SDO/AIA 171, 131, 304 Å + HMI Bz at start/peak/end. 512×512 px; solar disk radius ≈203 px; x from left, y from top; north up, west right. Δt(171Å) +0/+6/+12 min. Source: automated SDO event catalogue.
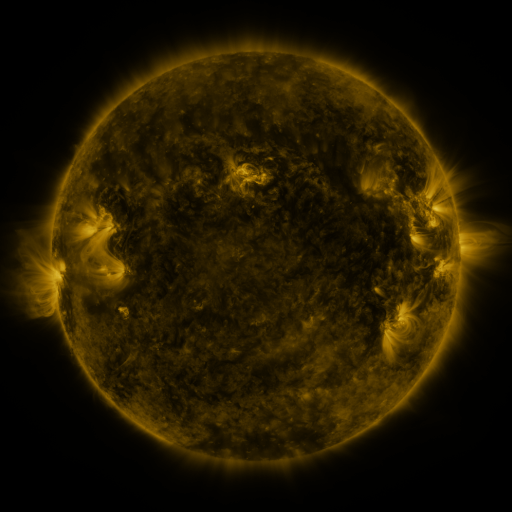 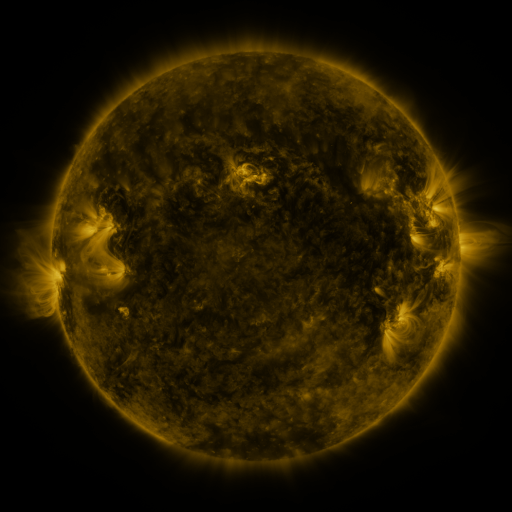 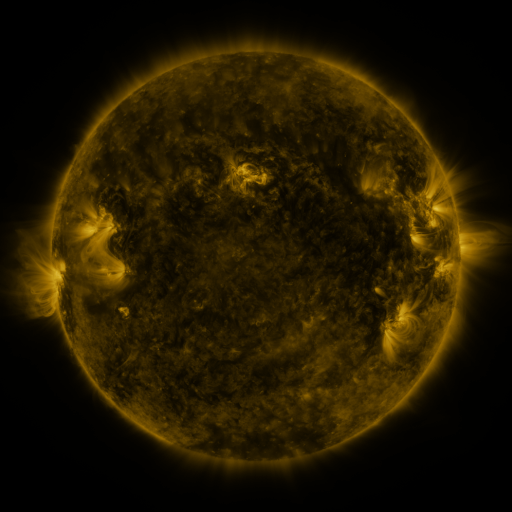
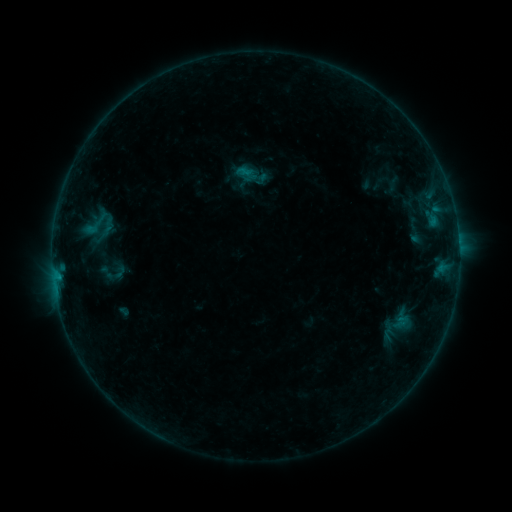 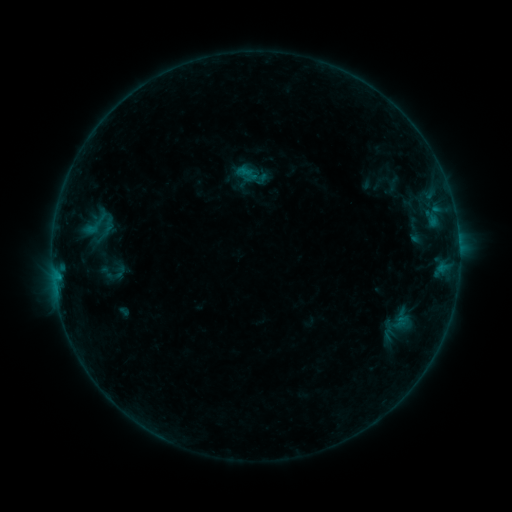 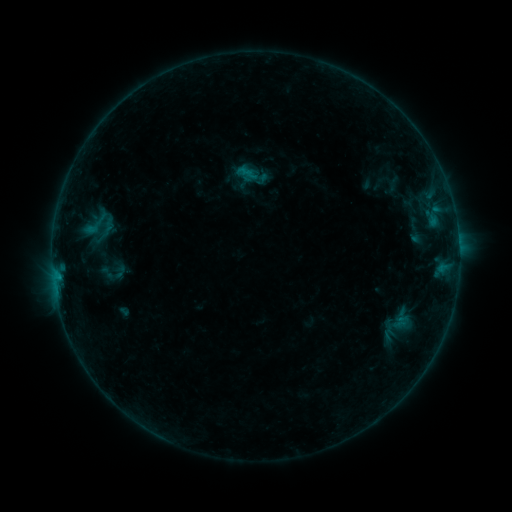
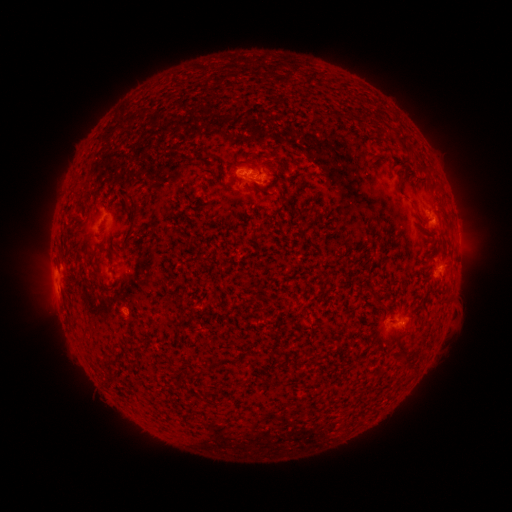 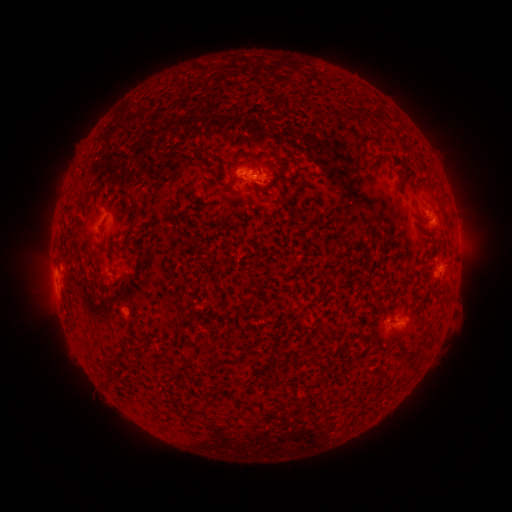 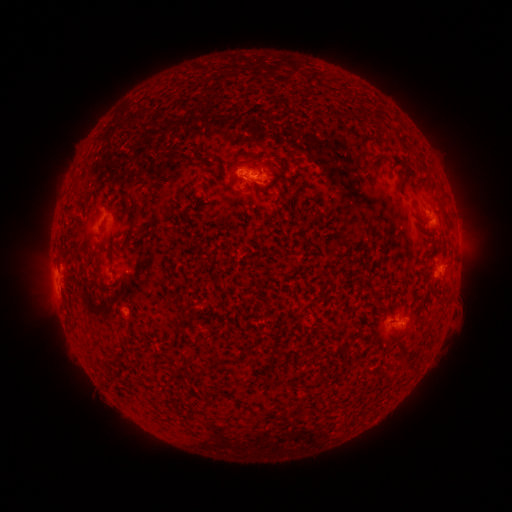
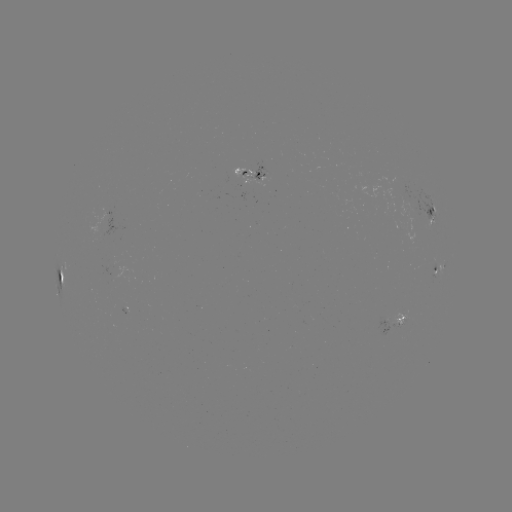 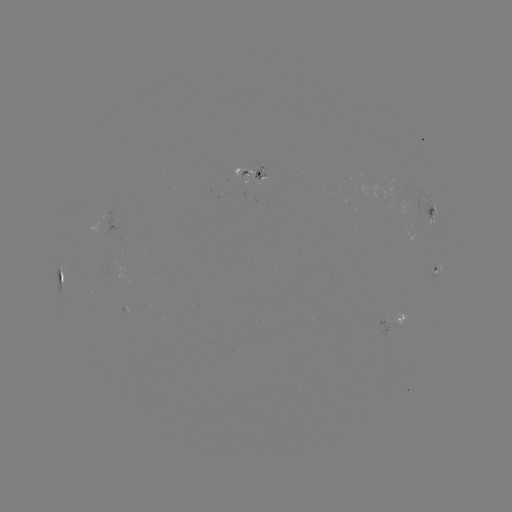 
nothing was catalogued: no classed flare, no EUV trigger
